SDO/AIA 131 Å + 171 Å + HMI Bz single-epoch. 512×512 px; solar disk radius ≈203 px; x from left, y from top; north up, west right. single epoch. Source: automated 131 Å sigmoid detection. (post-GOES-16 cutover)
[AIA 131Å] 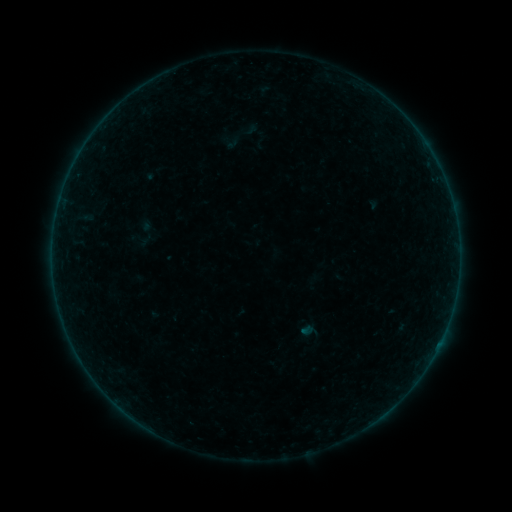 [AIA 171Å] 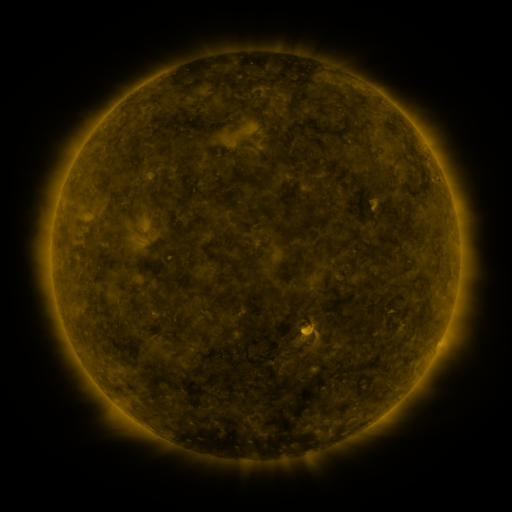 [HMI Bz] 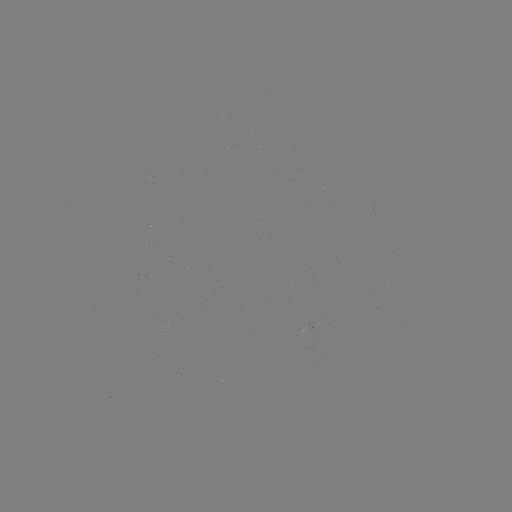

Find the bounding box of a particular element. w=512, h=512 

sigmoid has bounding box [138, 225, 159, 245].